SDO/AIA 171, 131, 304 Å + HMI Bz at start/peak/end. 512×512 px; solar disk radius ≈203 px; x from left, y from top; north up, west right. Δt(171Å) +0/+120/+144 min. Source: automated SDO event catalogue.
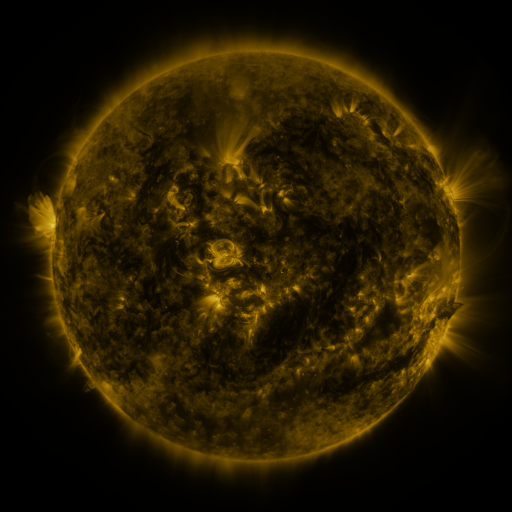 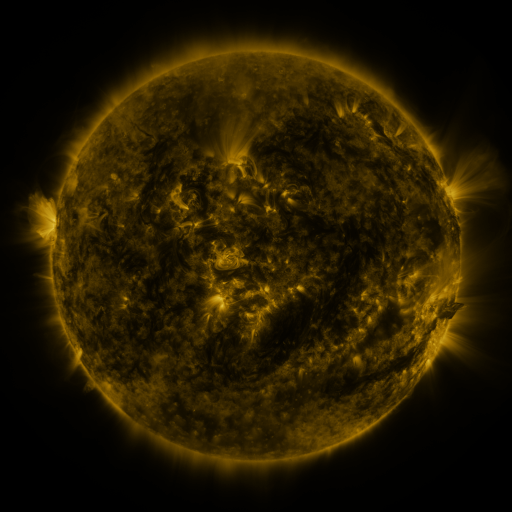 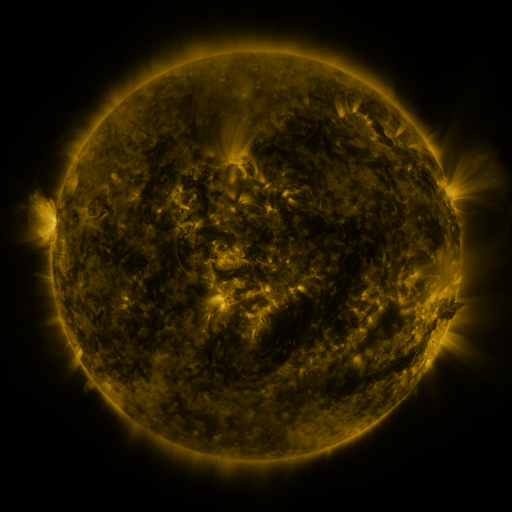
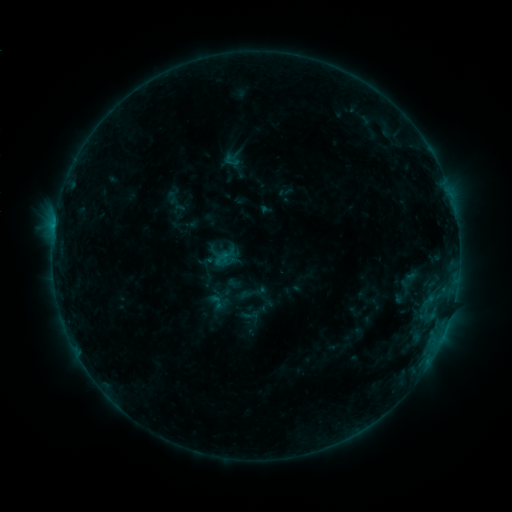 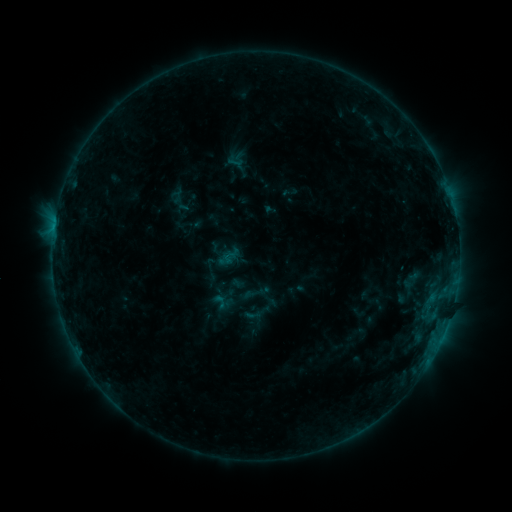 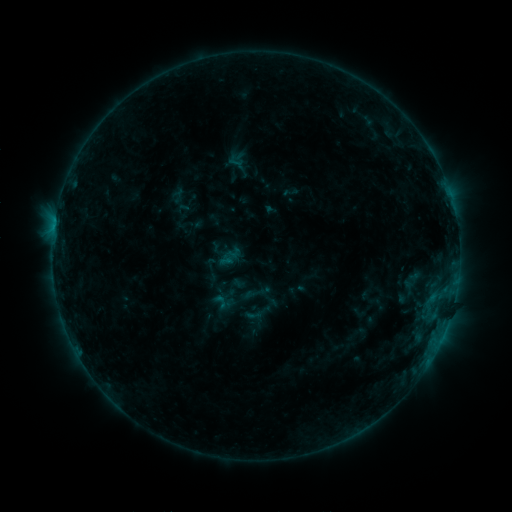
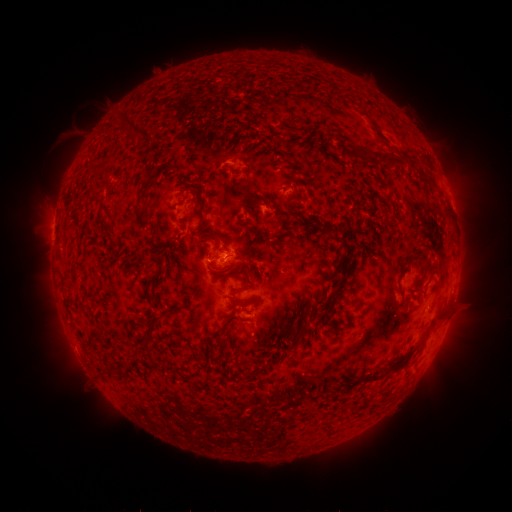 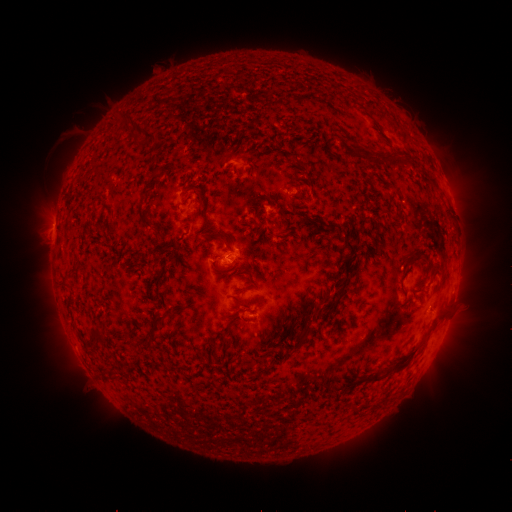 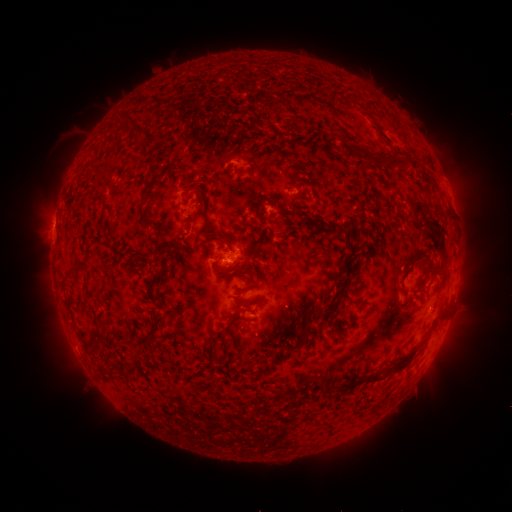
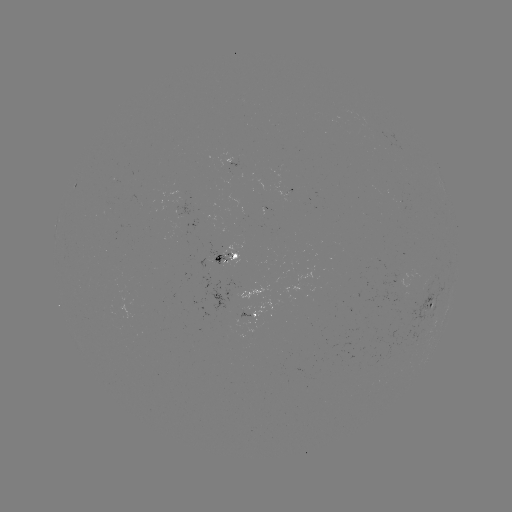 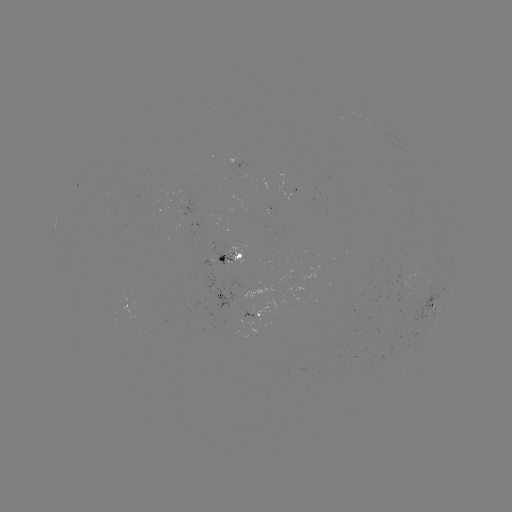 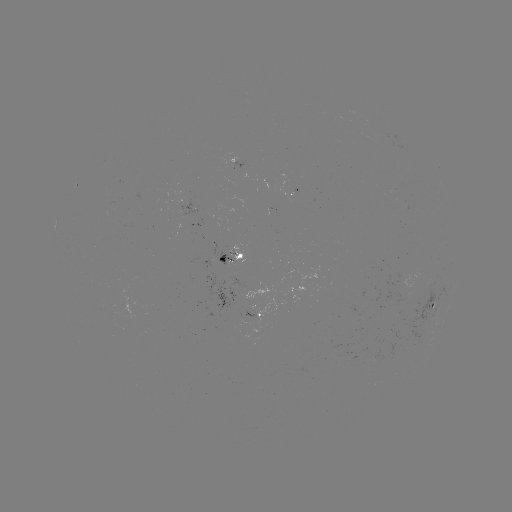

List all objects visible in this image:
emerging-flux region: (225, 256)
